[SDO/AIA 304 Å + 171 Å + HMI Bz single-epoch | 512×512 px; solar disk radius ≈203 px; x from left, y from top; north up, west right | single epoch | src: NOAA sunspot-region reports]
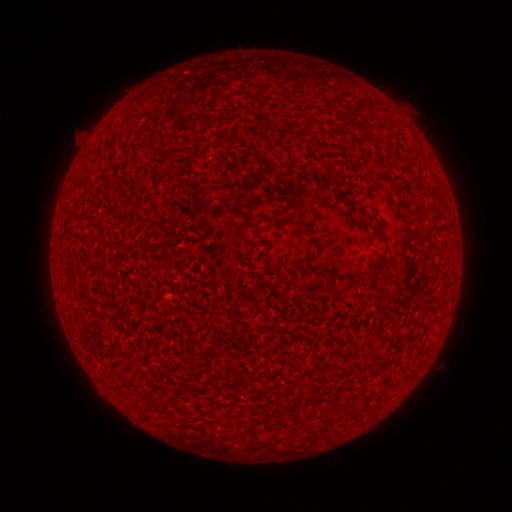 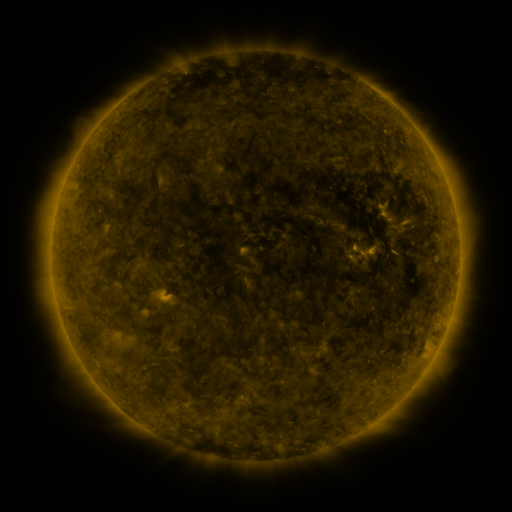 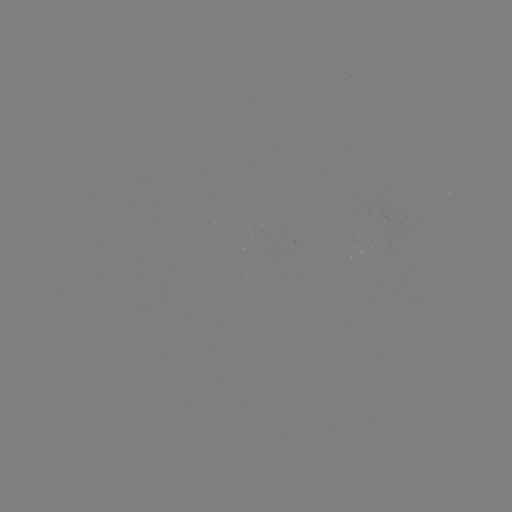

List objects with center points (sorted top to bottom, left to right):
(none)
